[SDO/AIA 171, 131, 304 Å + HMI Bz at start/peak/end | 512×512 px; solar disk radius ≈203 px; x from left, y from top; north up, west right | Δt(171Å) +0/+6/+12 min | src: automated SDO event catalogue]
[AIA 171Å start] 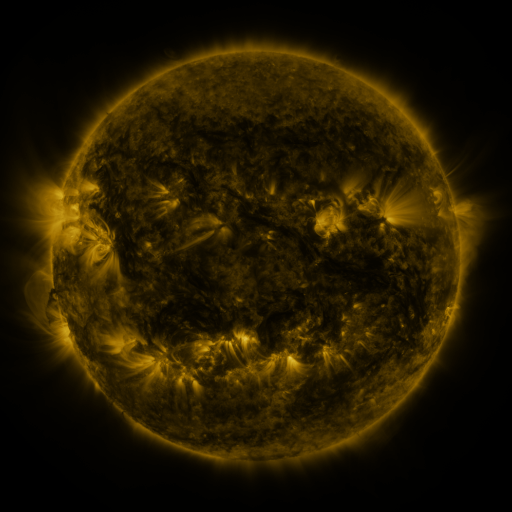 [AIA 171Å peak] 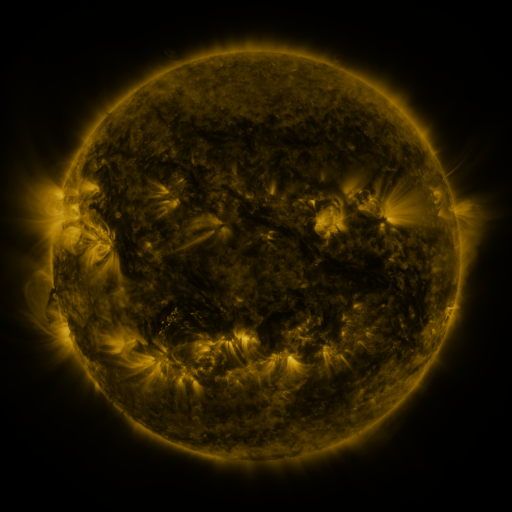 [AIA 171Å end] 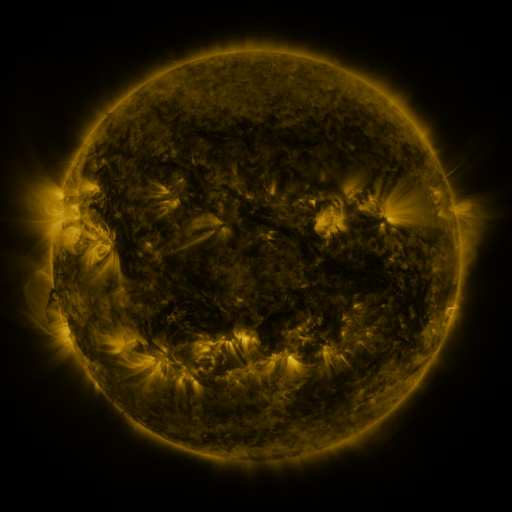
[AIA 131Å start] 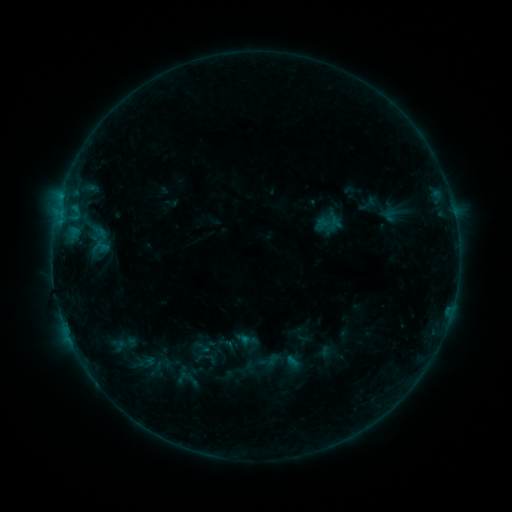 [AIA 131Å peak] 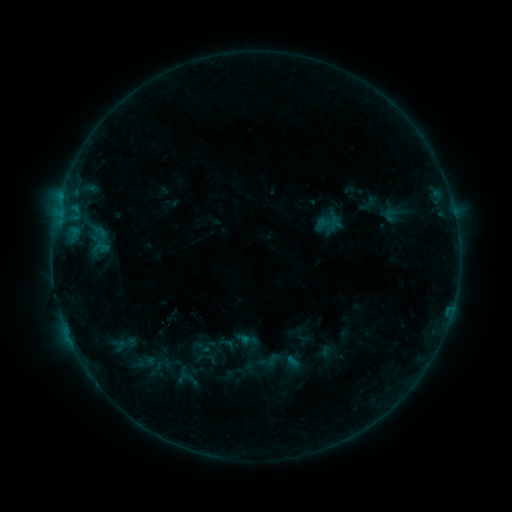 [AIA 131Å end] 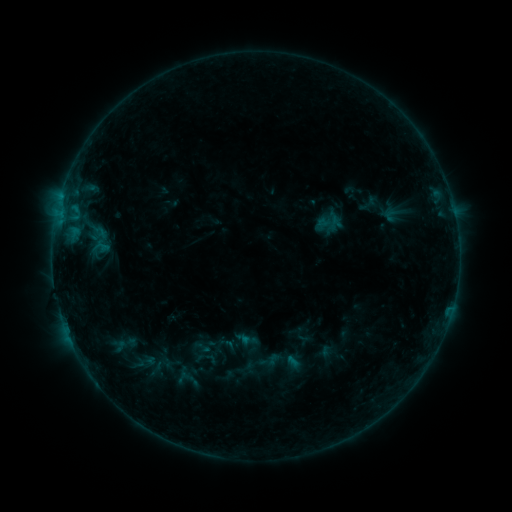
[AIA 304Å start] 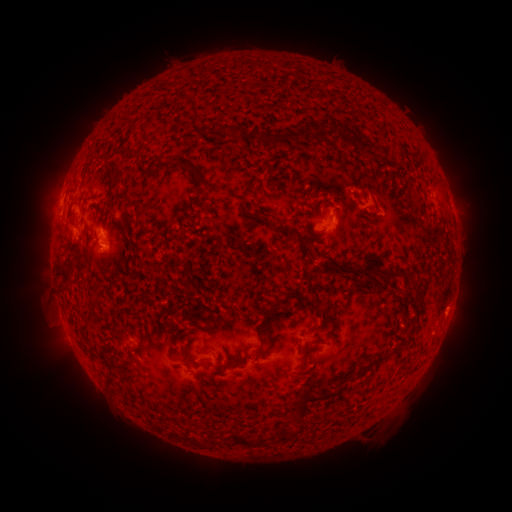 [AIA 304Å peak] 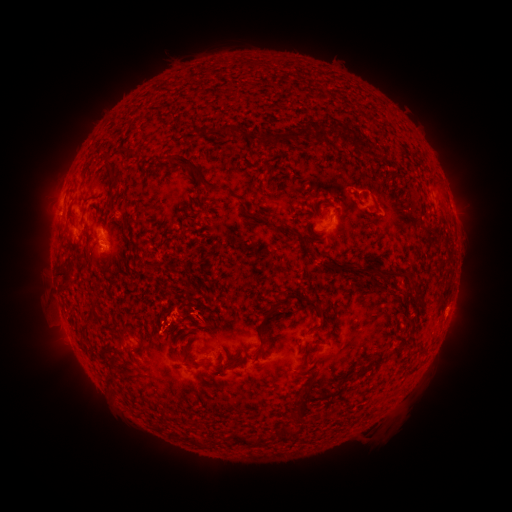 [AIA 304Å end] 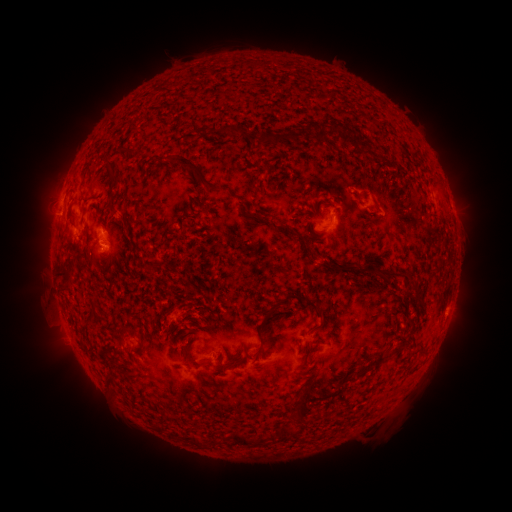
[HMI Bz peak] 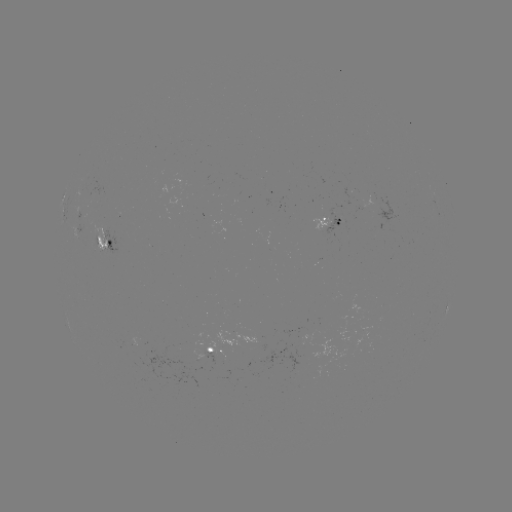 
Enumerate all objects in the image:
eruption: (185, 310)
